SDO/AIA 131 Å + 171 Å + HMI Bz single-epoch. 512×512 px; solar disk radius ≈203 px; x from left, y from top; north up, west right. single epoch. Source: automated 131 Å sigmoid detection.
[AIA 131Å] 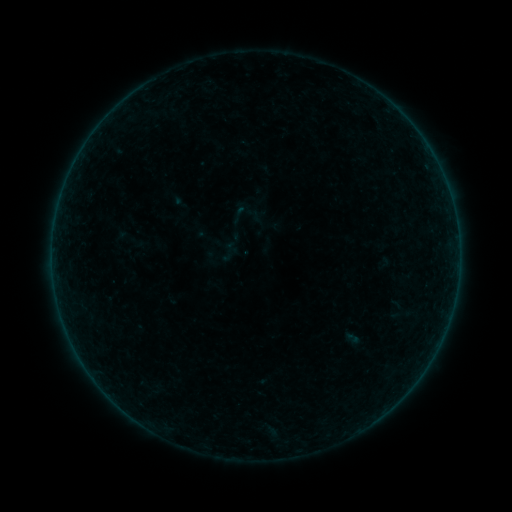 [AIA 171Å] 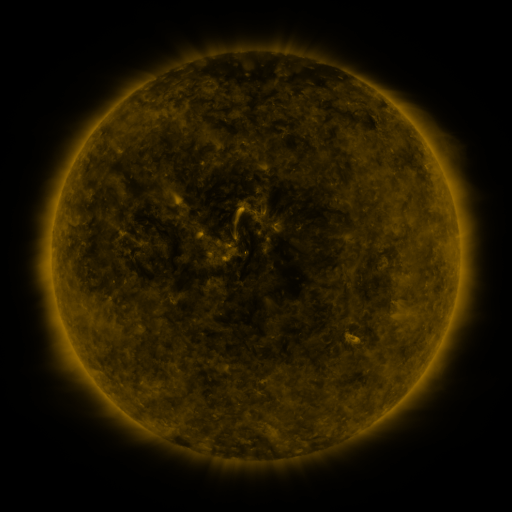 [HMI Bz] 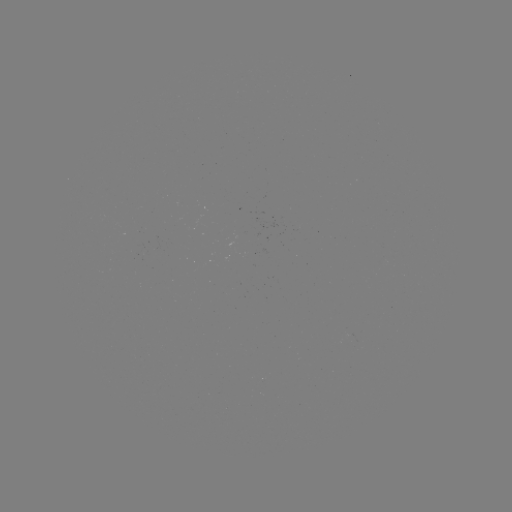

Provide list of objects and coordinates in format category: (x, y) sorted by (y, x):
sigmoid: (239, 214)
sigmoid: (130, 239)
